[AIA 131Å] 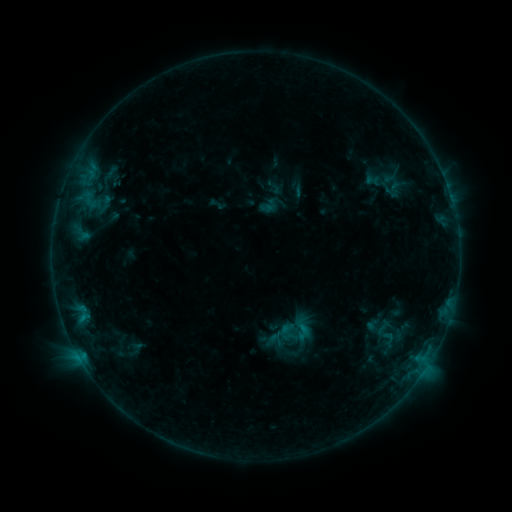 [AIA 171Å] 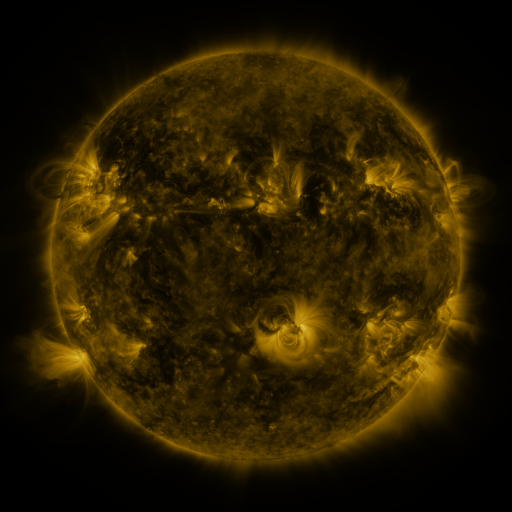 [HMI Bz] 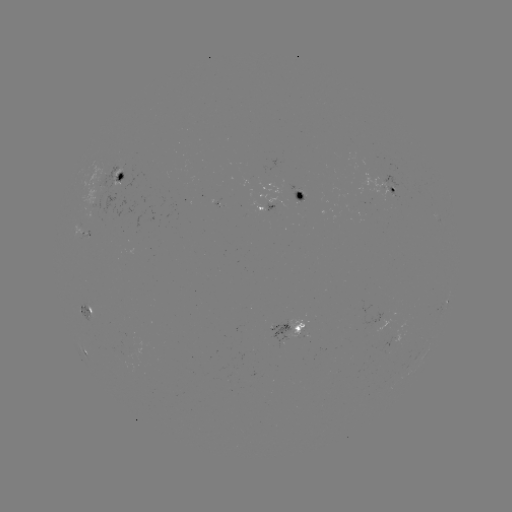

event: sigmoid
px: (288, 331)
